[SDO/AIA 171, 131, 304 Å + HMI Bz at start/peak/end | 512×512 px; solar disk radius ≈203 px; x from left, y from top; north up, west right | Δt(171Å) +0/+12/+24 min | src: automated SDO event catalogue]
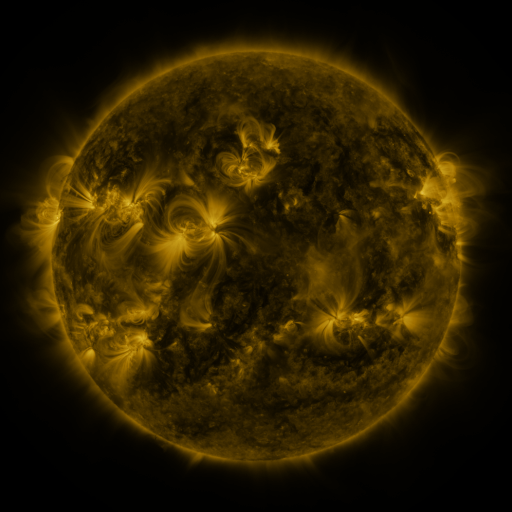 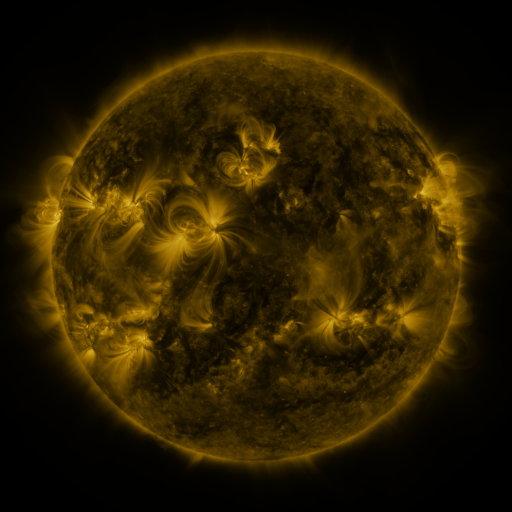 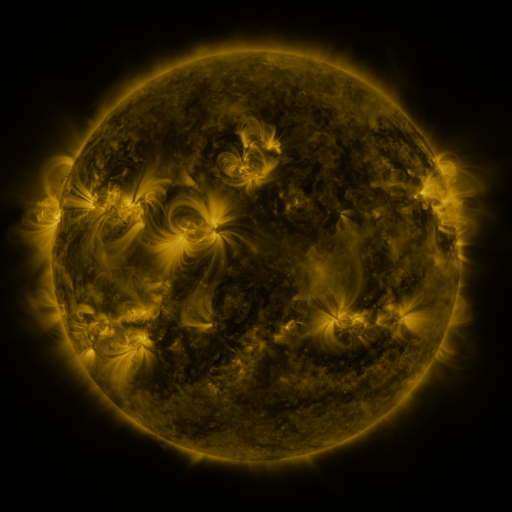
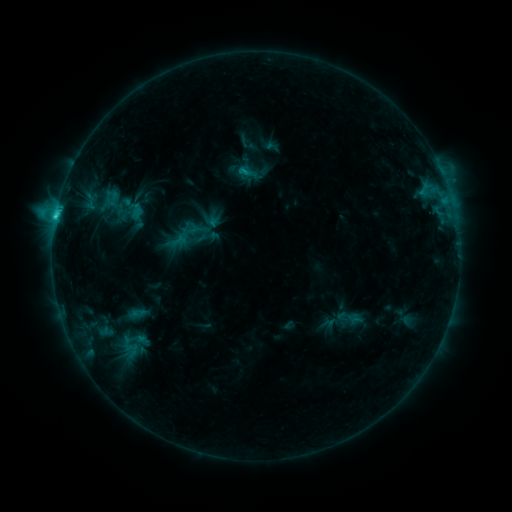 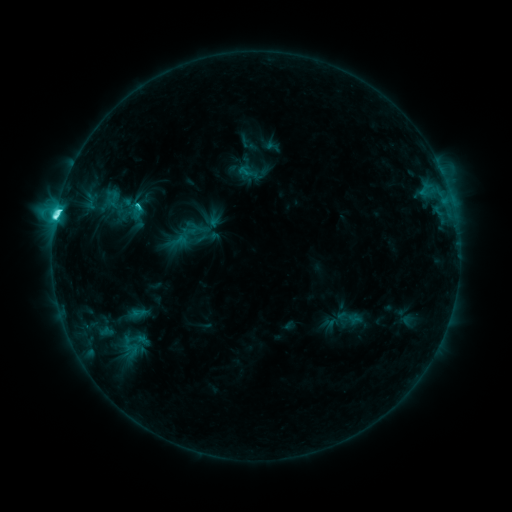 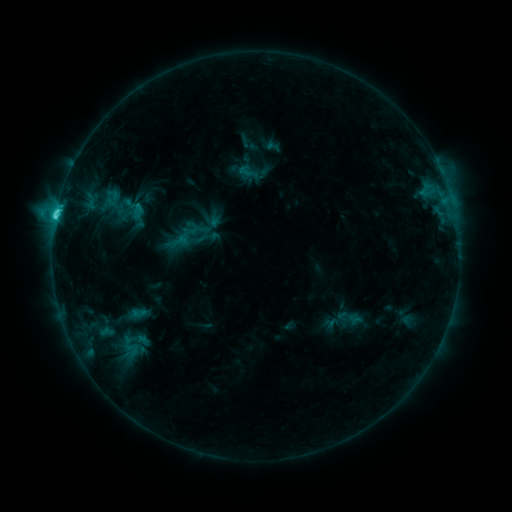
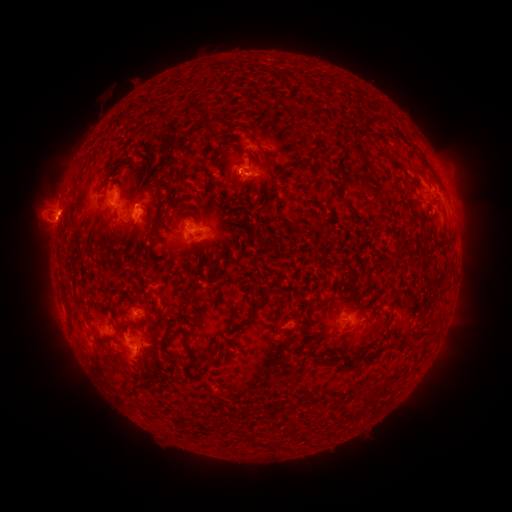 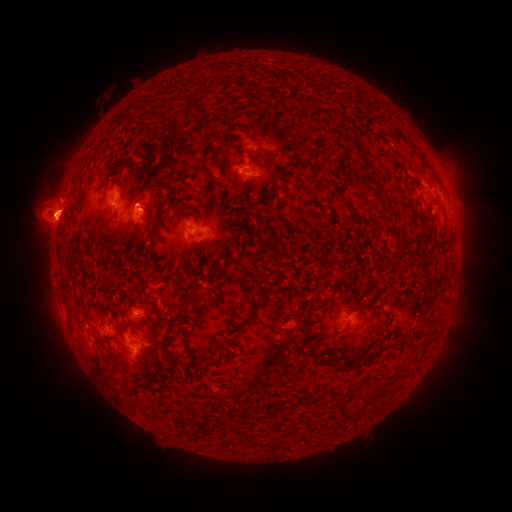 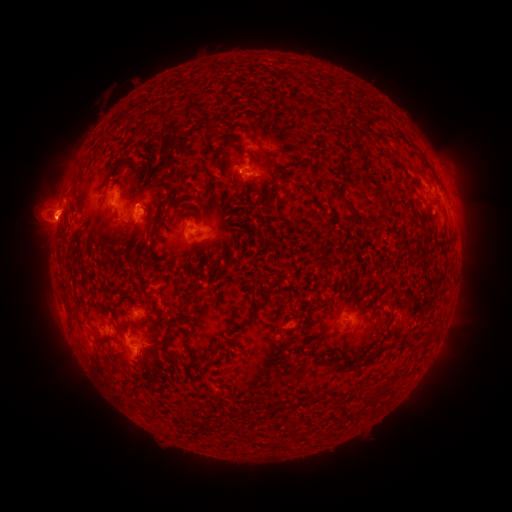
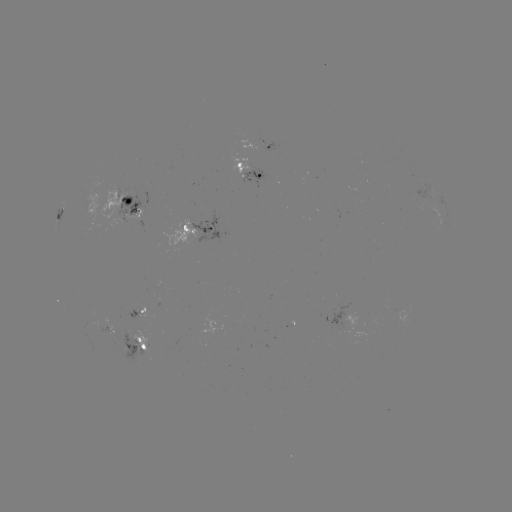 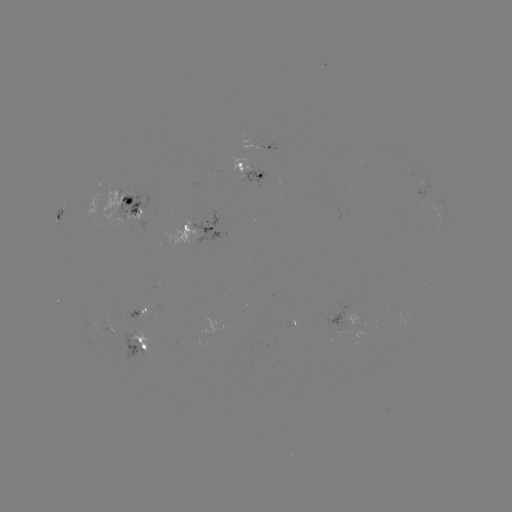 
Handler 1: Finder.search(eruption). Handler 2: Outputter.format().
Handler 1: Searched eruption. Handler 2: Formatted (57, 205).